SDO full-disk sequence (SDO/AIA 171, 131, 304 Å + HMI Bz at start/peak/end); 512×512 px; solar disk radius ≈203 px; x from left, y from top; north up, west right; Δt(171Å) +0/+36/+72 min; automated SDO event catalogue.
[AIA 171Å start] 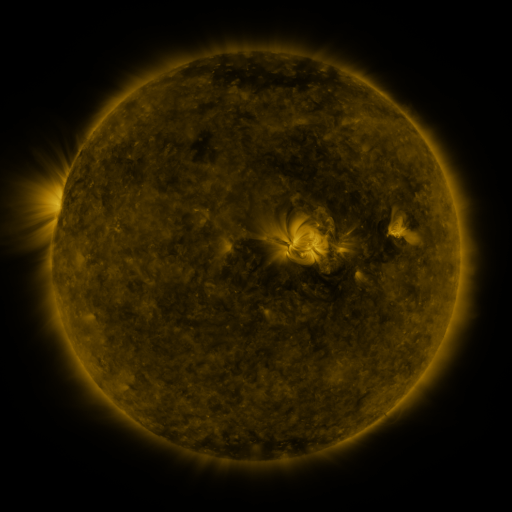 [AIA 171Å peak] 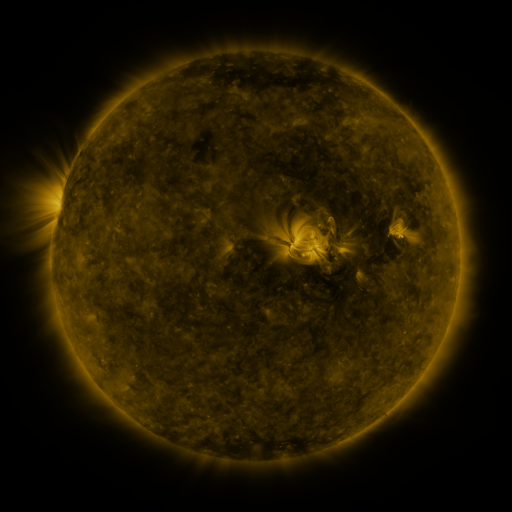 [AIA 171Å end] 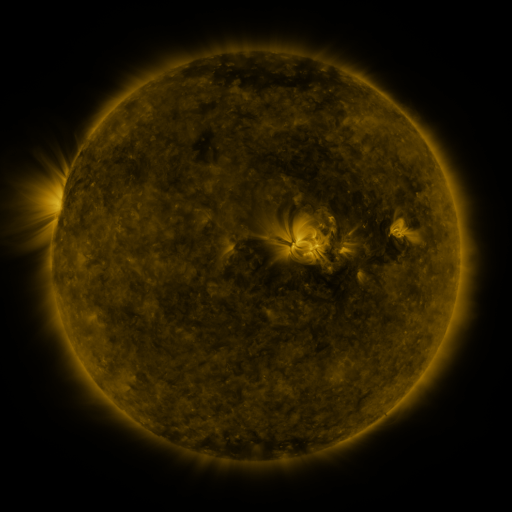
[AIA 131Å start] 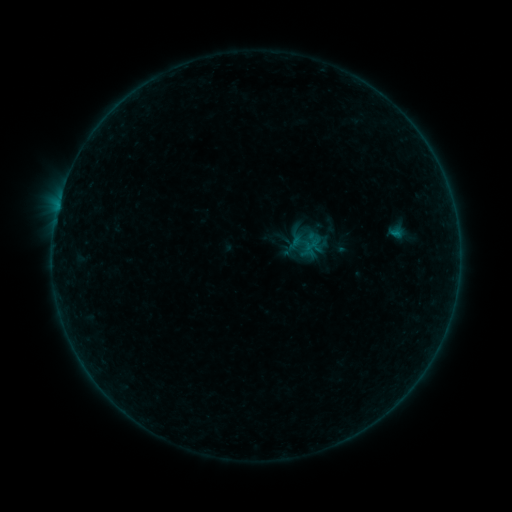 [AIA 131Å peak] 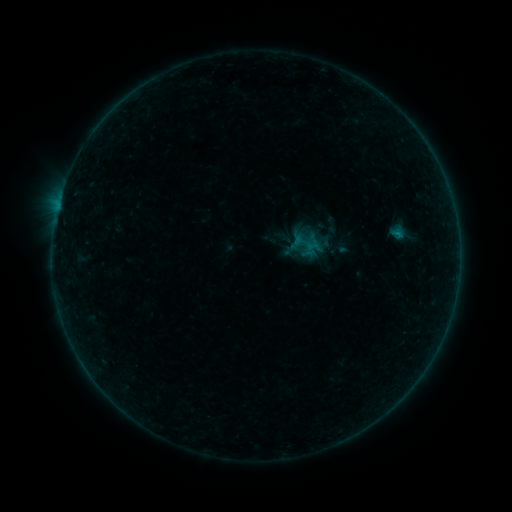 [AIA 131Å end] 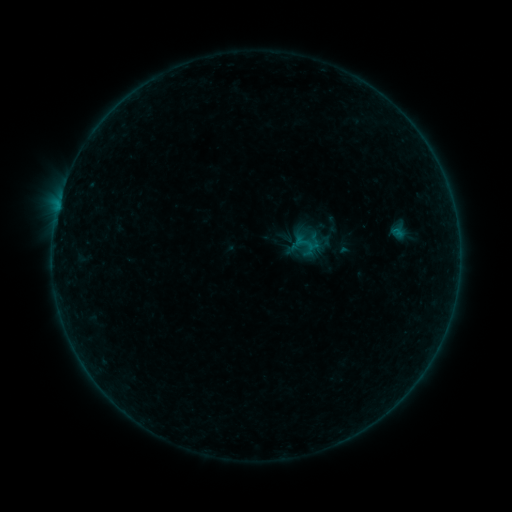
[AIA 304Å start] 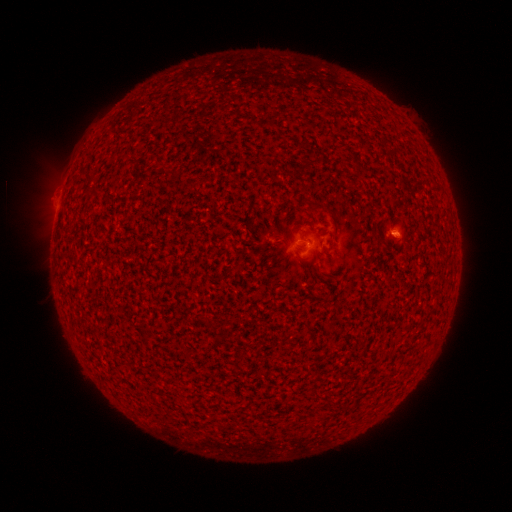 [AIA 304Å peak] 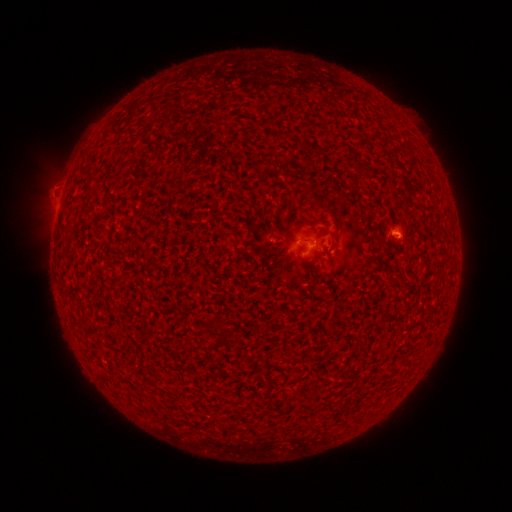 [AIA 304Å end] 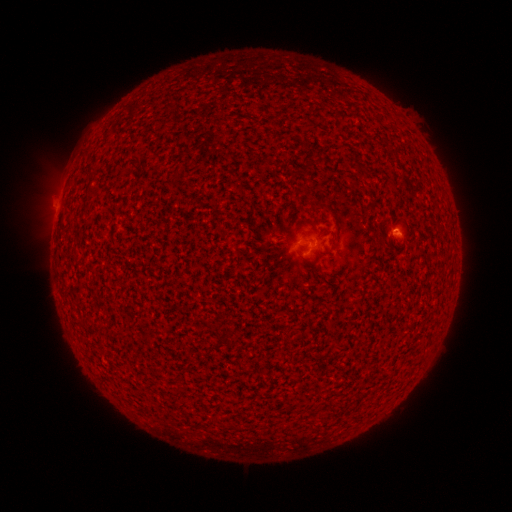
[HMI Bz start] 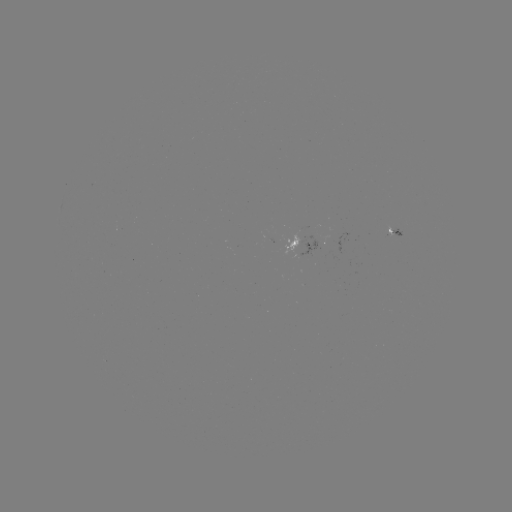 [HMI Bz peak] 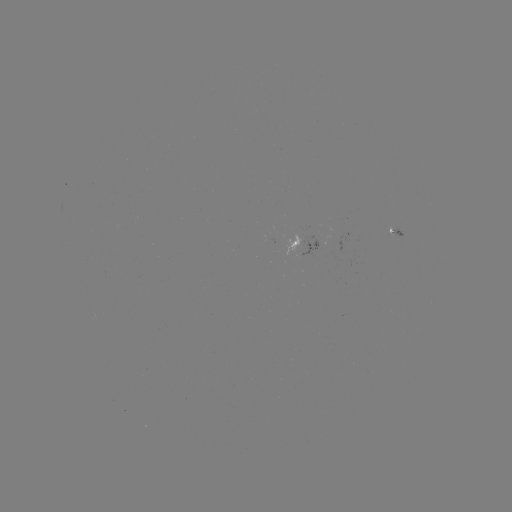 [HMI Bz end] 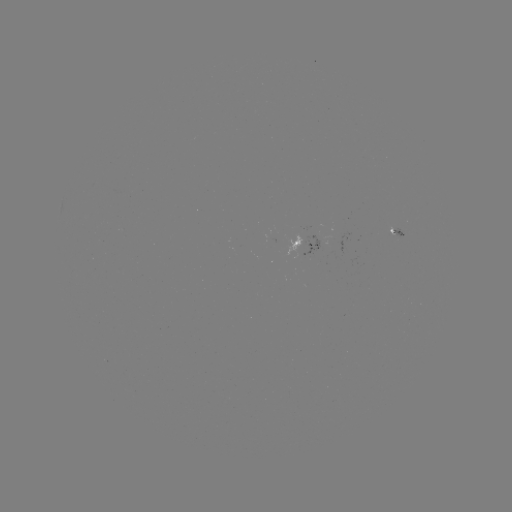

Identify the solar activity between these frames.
B1.7 flare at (396, 238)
